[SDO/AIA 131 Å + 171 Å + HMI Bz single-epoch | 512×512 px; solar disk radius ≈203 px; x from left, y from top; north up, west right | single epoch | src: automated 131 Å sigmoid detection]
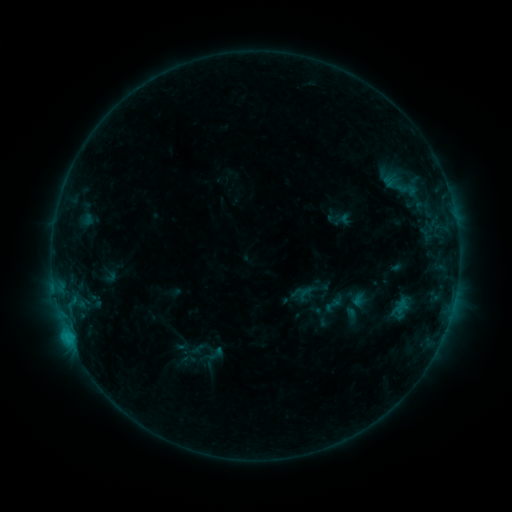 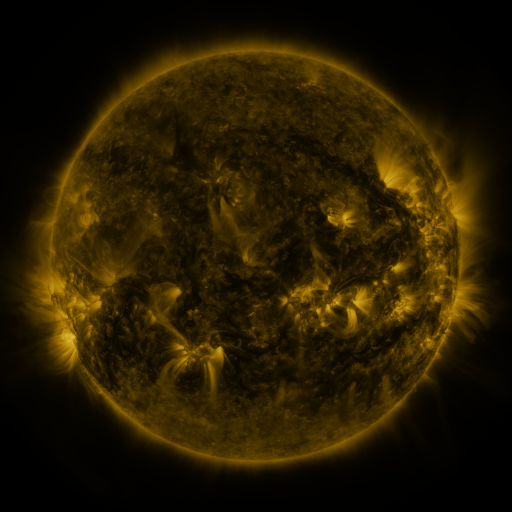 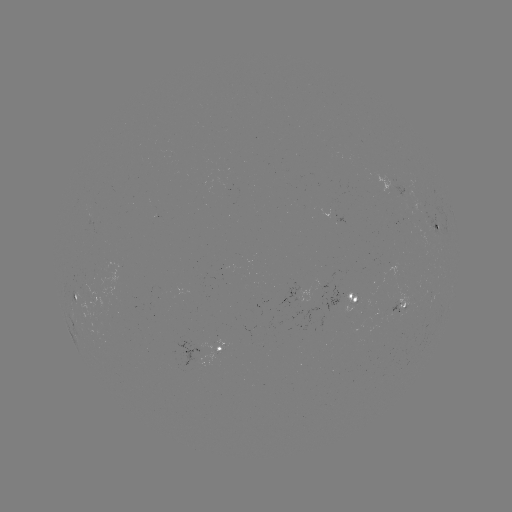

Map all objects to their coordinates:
sigmoid: (297, 283, 314, 302)
sigmoid: (202, 344, 227, 363)
